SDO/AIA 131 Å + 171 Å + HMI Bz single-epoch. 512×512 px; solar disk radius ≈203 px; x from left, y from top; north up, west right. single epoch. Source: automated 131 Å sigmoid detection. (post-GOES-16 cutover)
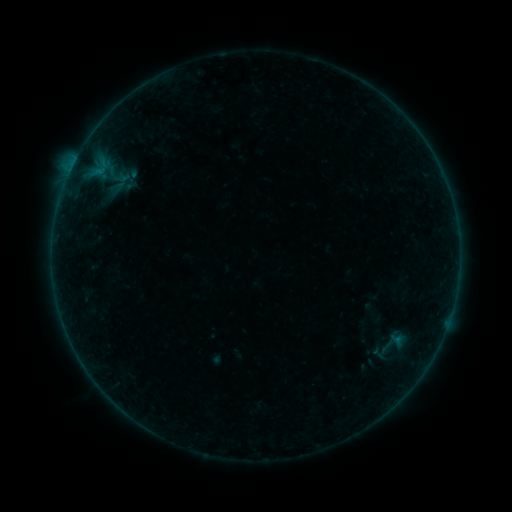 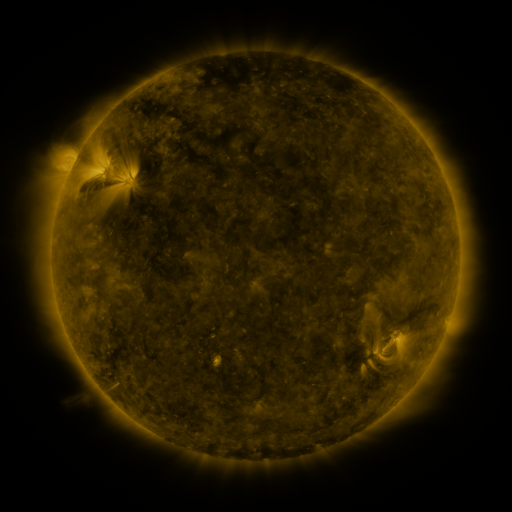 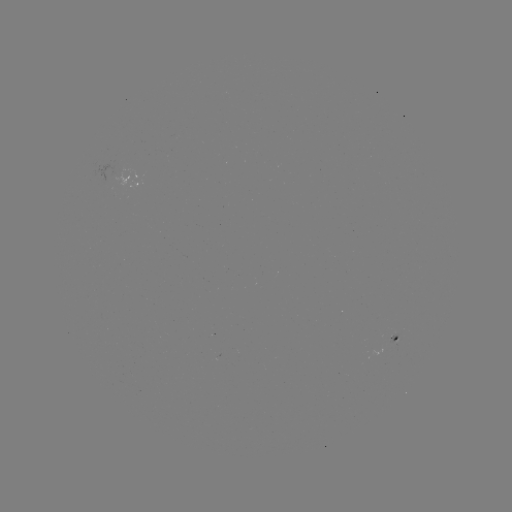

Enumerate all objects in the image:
sigmoid: (390, 347)
